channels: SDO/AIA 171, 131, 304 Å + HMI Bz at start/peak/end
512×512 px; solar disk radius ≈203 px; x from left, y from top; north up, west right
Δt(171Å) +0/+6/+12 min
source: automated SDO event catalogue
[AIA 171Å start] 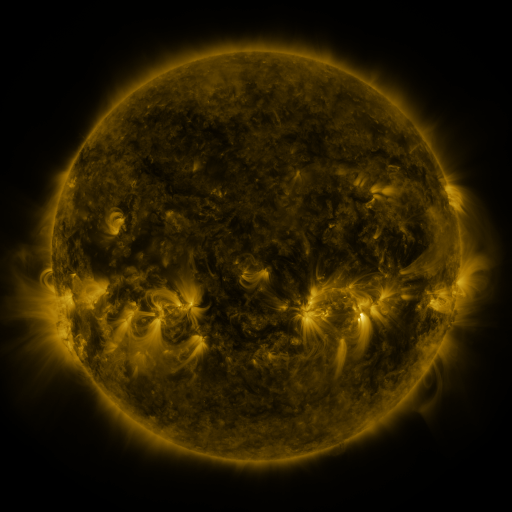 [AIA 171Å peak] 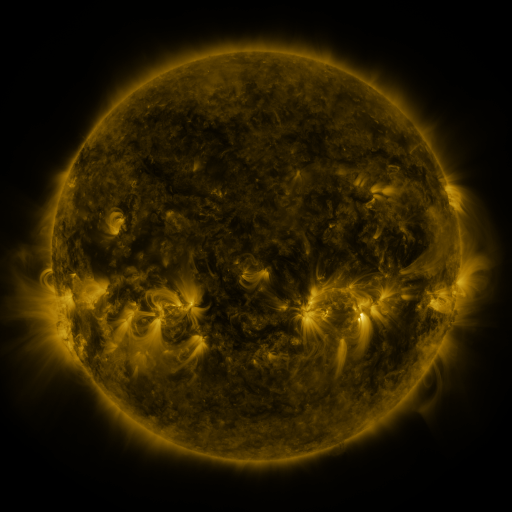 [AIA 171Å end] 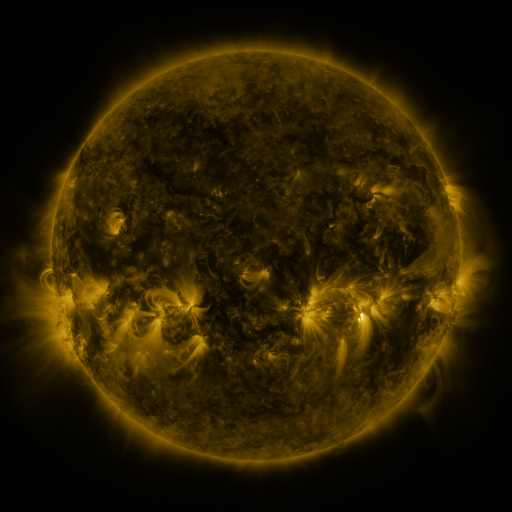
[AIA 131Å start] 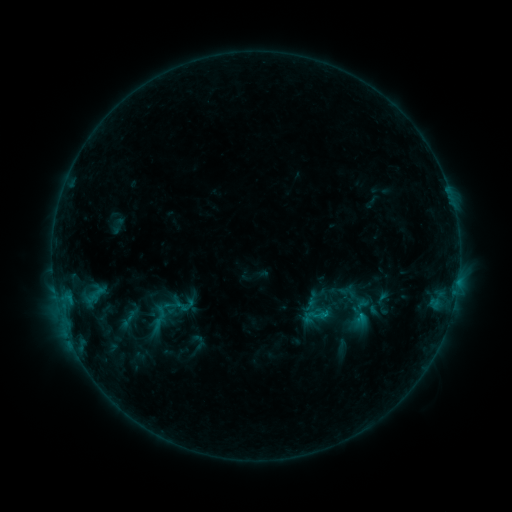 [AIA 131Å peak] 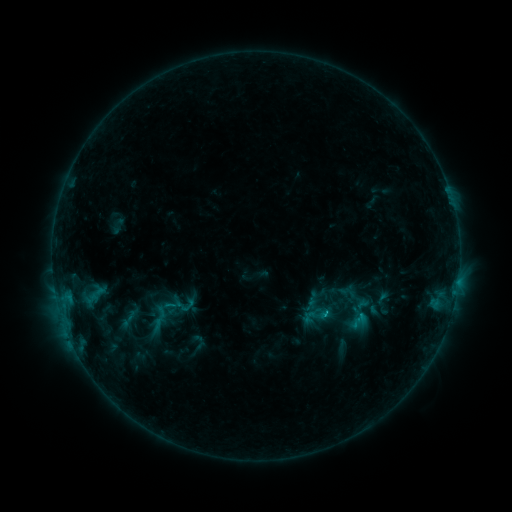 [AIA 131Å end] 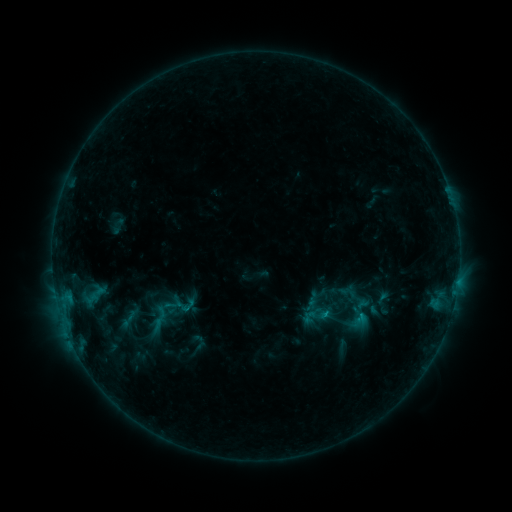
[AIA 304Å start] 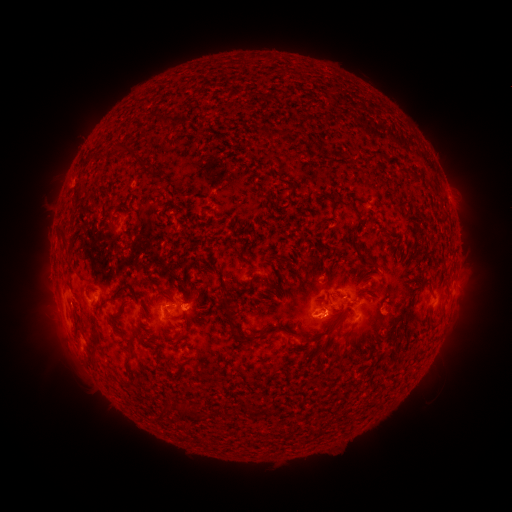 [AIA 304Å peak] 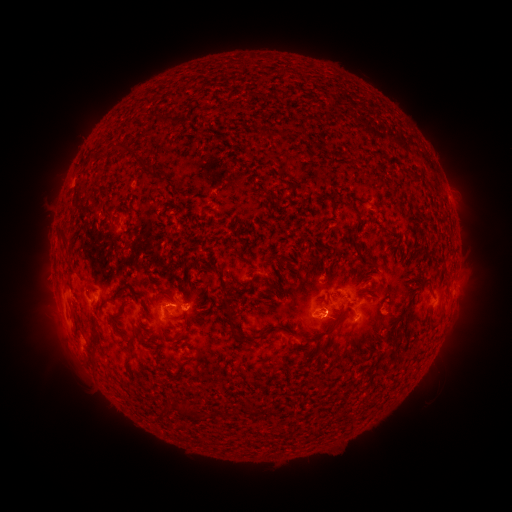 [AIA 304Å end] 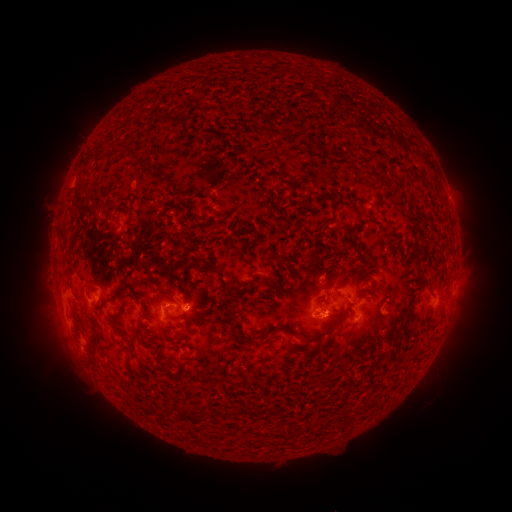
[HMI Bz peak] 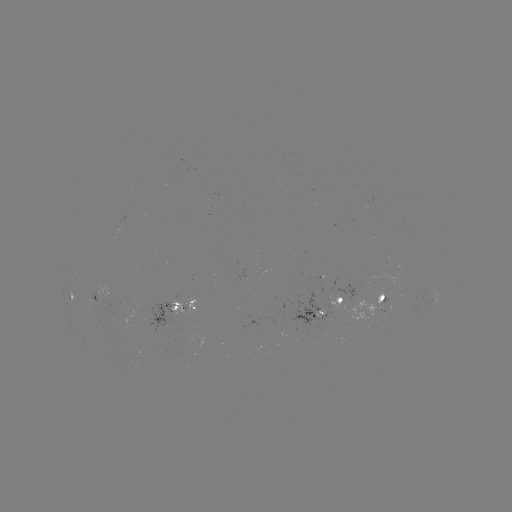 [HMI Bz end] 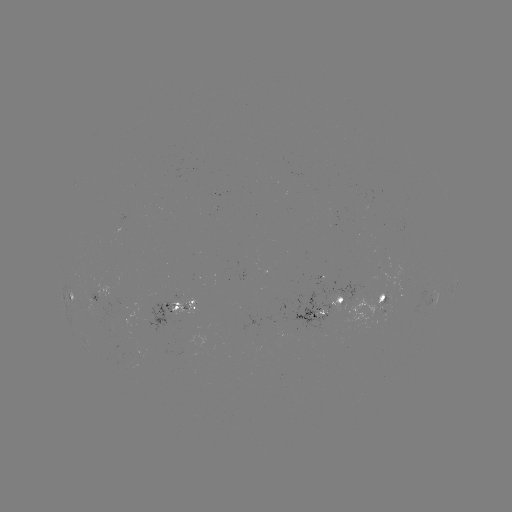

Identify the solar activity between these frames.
B7.8 flare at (325, 311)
